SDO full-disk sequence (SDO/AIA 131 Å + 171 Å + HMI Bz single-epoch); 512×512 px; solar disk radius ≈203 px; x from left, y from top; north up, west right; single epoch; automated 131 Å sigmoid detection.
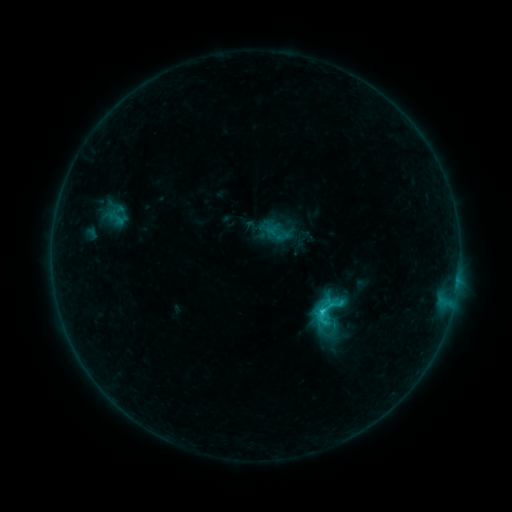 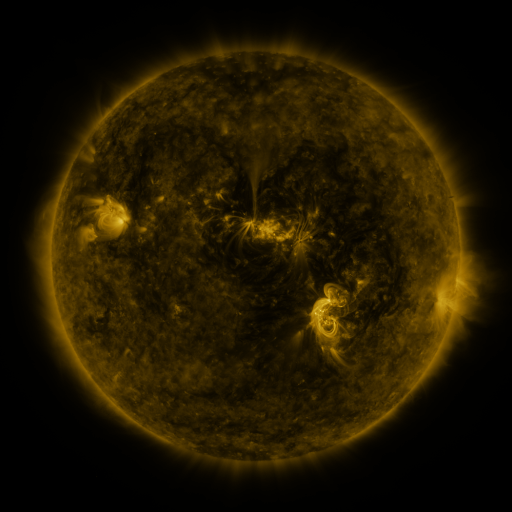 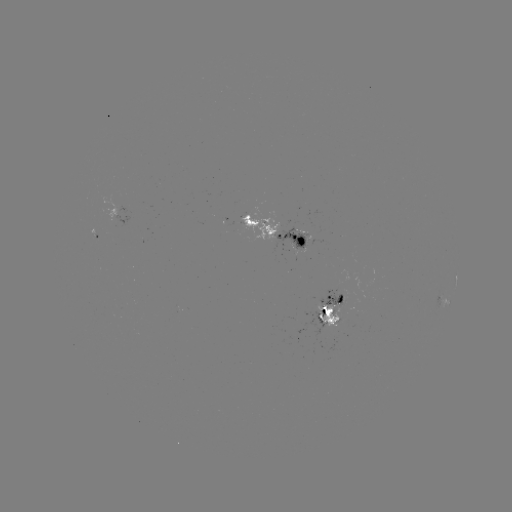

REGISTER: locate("sigmoid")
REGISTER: (325, 313)